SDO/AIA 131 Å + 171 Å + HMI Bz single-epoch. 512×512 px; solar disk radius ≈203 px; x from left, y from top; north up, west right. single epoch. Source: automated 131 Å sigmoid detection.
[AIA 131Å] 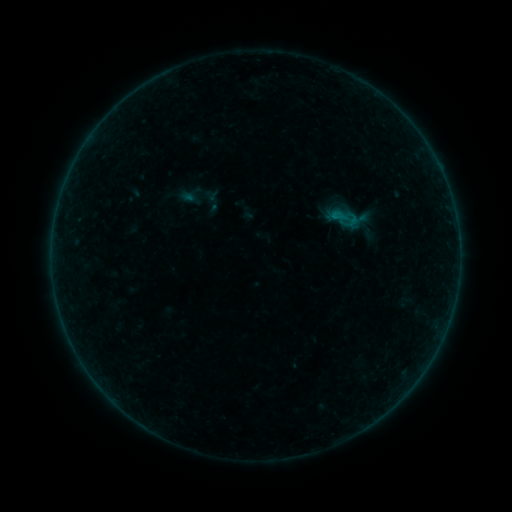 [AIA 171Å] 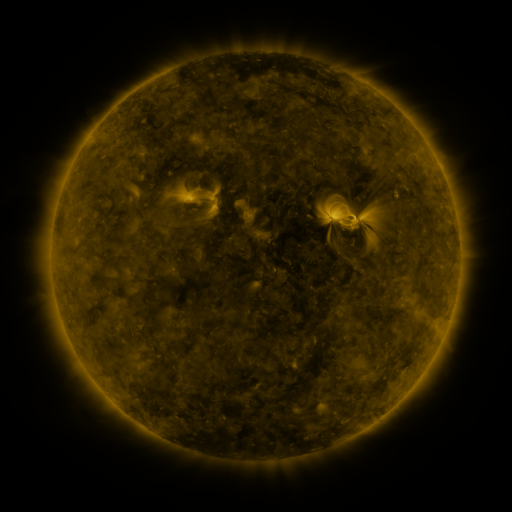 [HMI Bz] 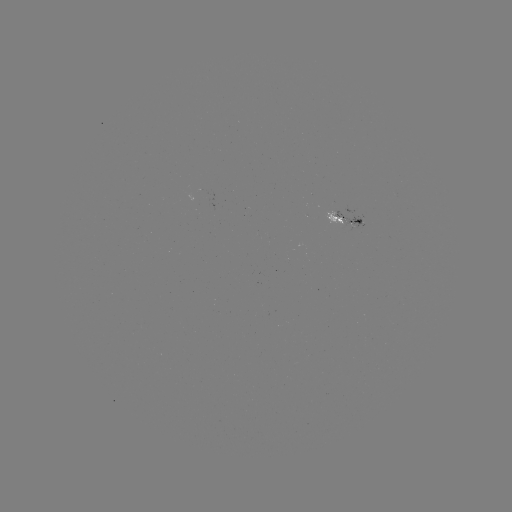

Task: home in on sigmoid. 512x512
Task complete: (346, 217).